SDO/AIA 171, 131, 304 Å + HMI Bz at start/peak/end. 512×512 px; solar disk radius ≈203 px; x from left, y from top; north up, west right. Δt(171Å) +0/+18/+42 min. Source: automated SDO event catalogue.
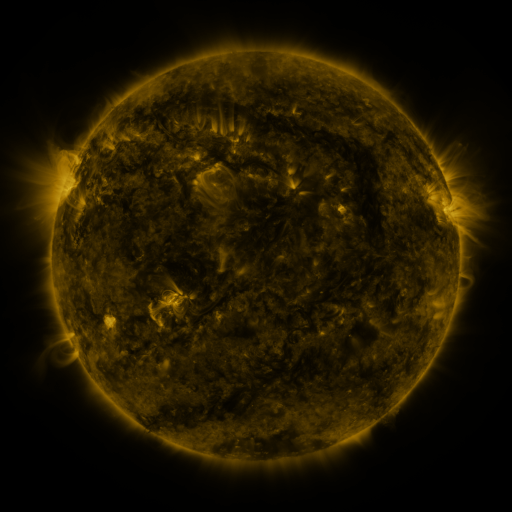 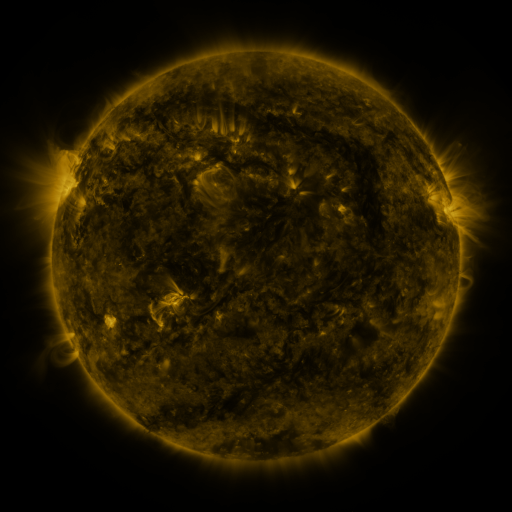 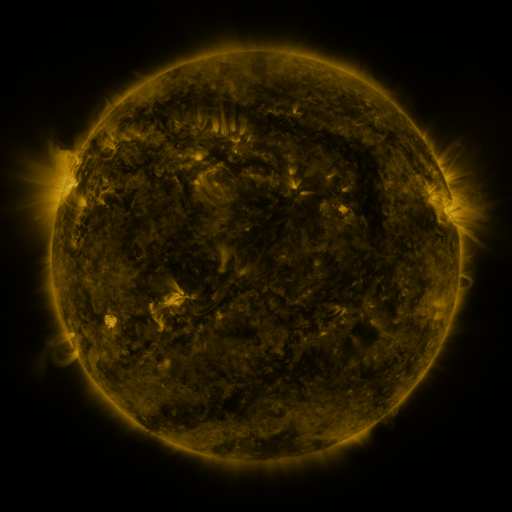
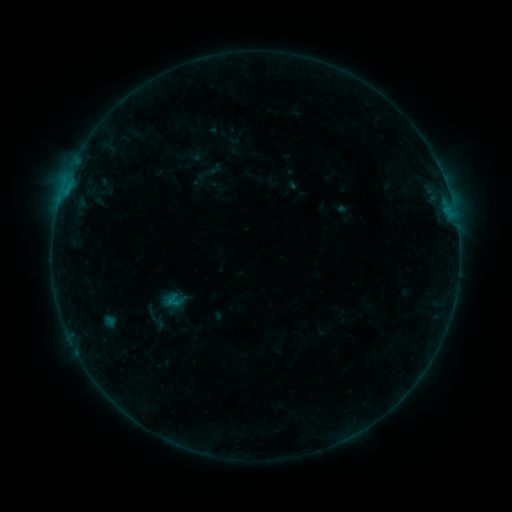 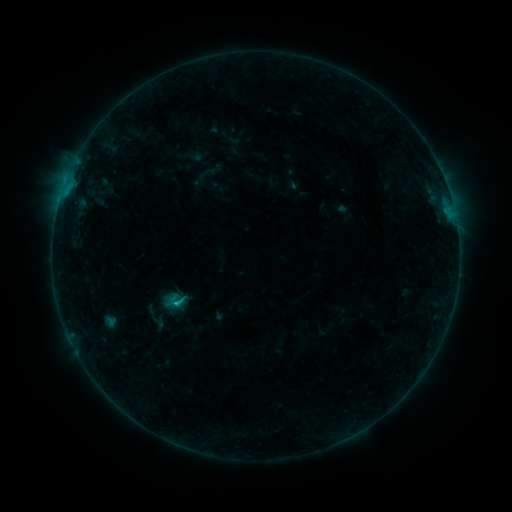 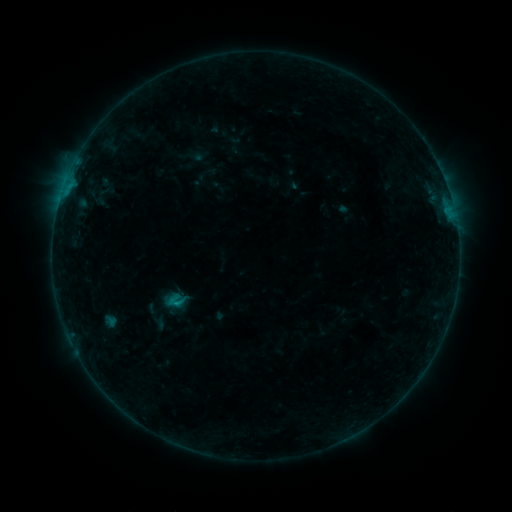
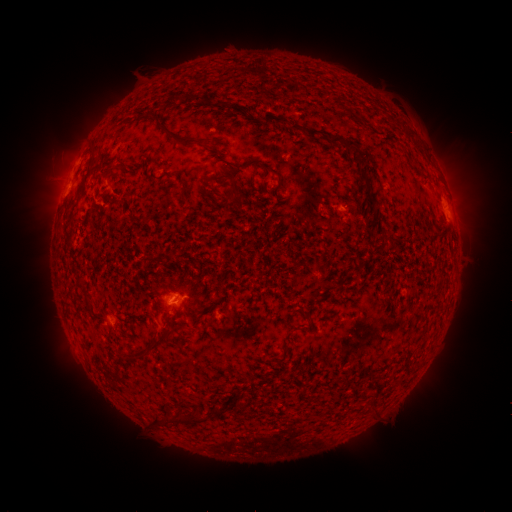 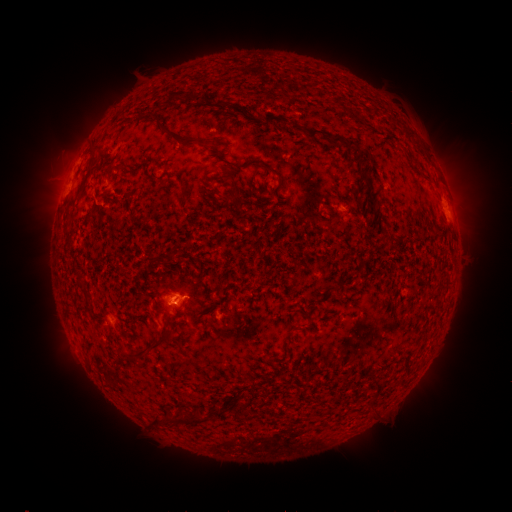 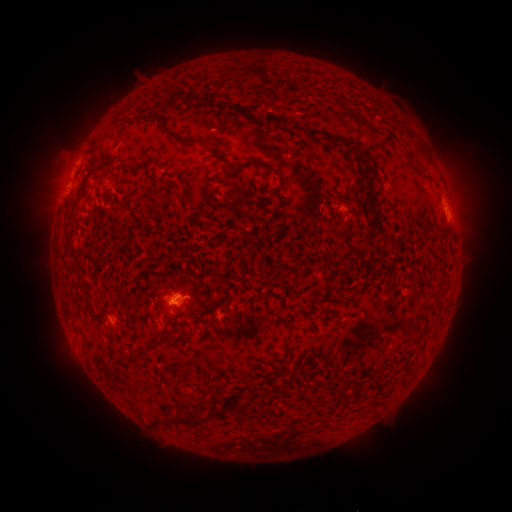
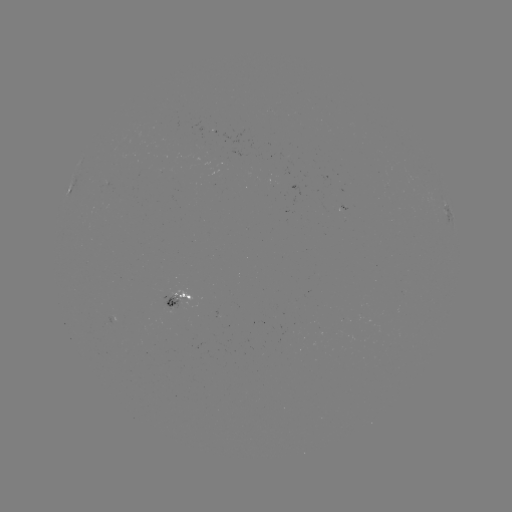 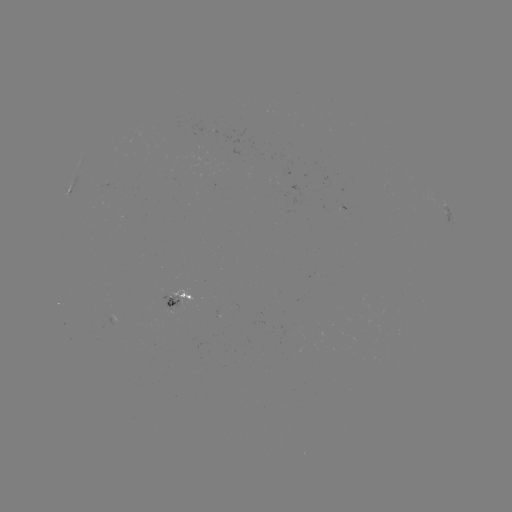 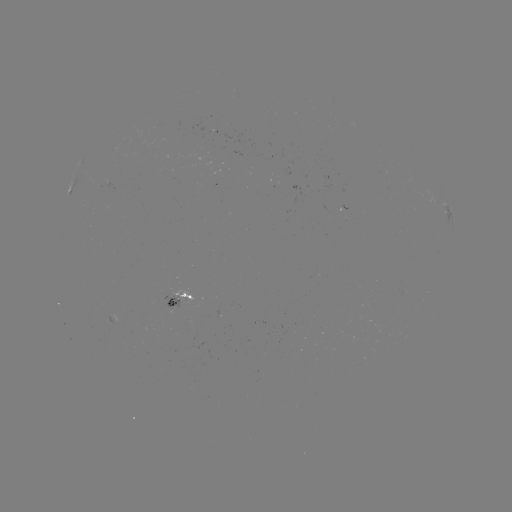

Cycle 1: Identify B7.7 flare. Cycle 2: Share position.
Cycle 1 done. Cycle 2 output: (177, 301).